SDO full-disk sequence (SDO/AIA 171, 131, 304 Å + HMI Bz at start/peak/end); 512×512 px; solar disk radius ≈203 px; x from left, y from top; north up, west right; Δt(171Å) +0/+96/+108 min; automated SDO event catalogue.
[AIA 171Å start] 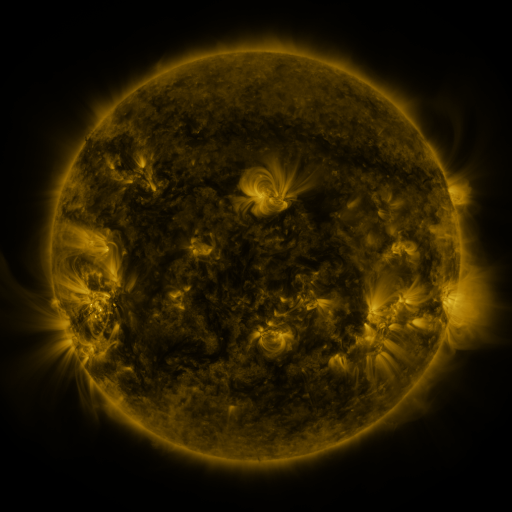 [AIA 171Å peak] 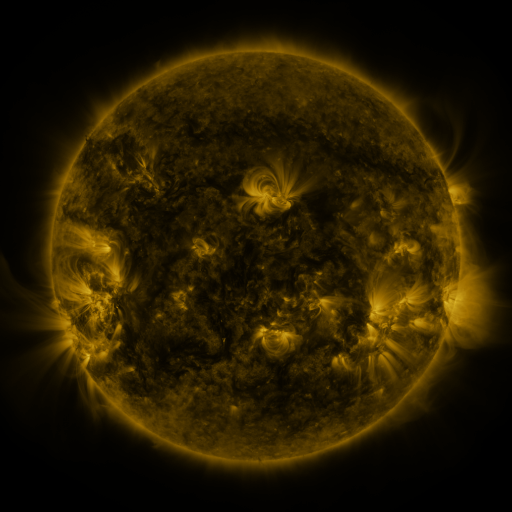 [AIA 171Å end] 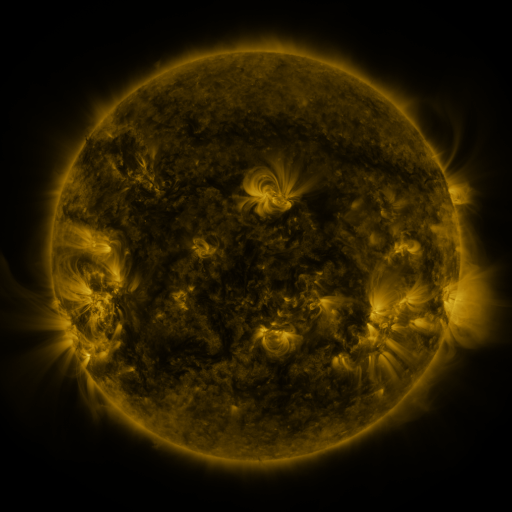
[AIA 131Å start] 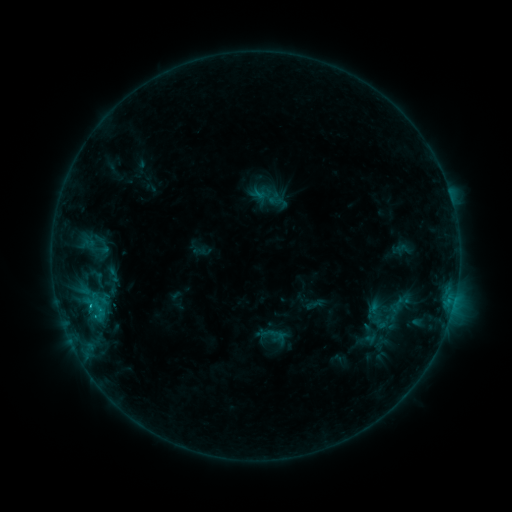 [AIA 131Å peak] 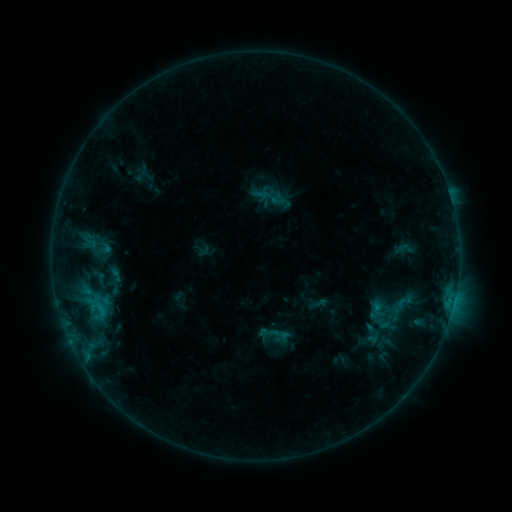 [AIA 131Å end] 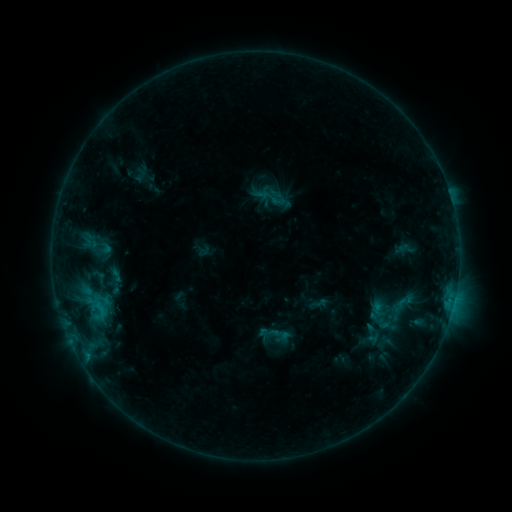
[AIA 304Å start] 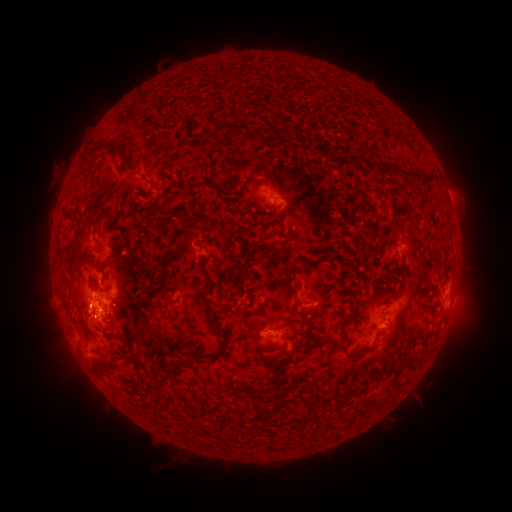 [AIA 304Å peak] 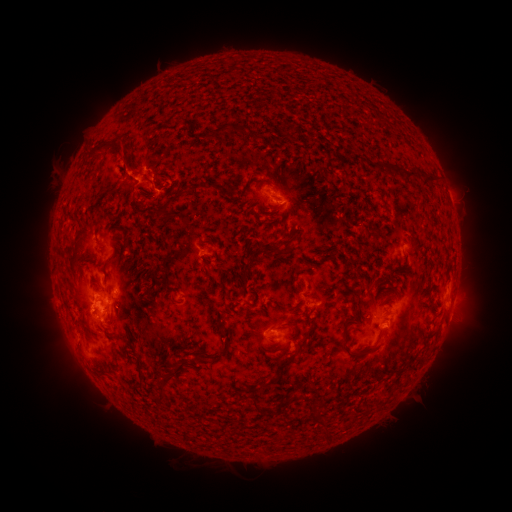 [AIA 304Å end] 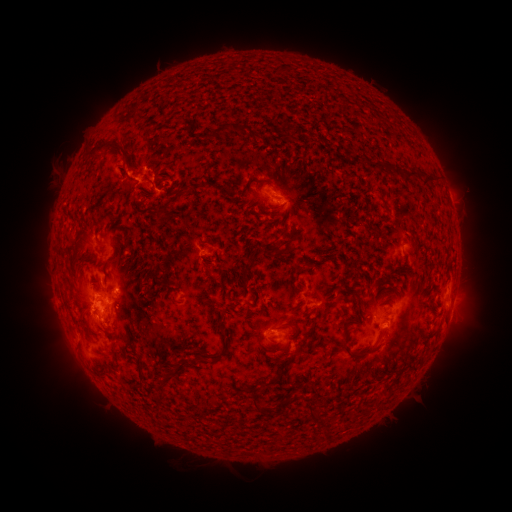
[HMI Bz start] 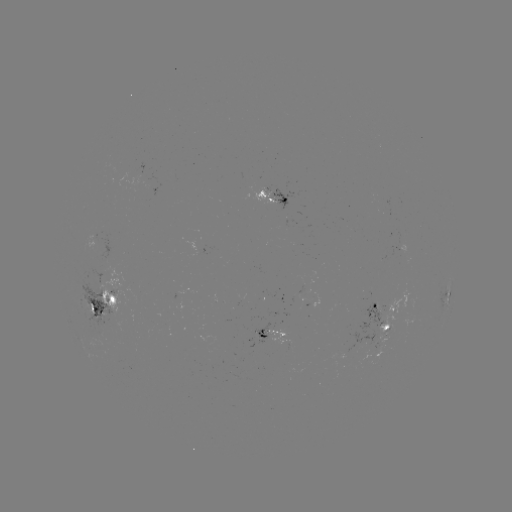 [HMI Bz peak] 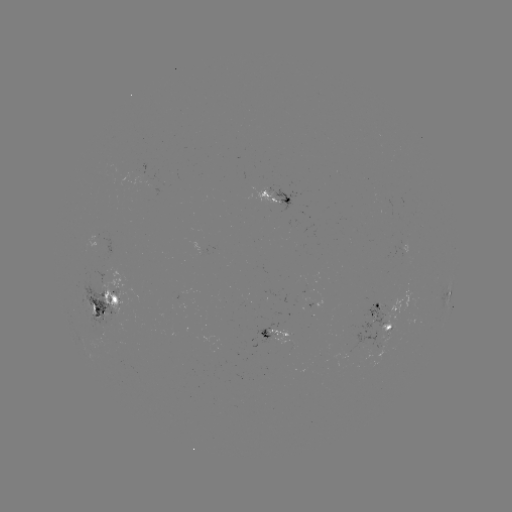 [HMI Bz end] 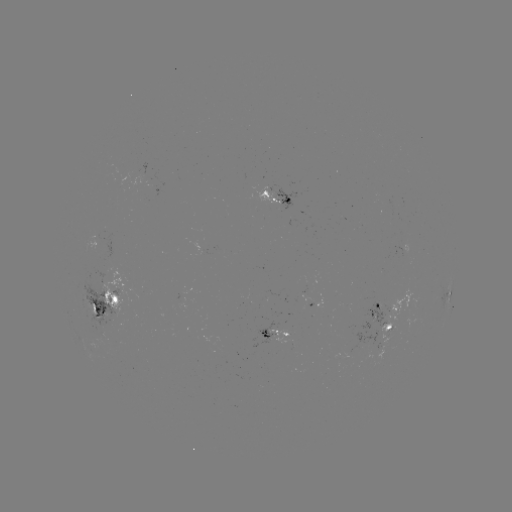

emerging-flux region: <bbox>354, 302, 386, 345</bbox>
